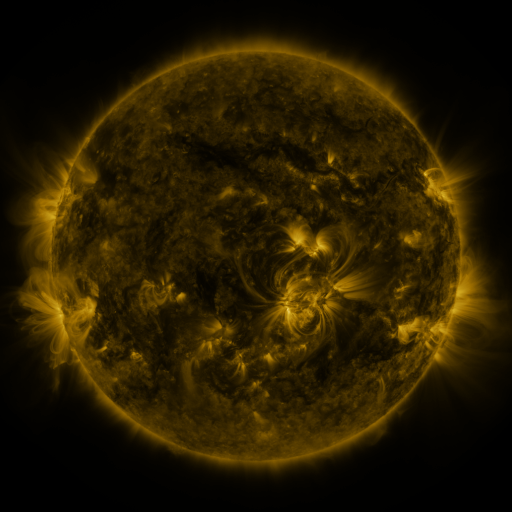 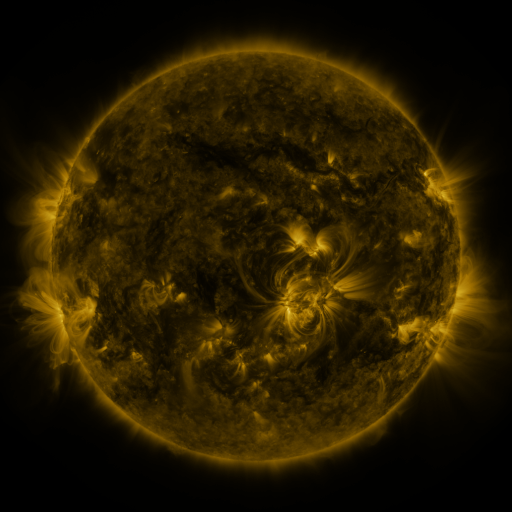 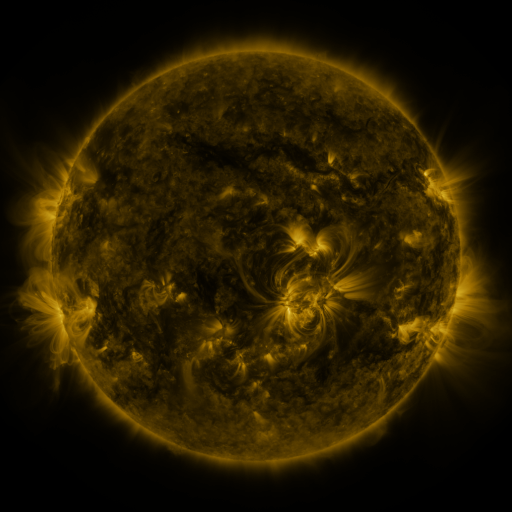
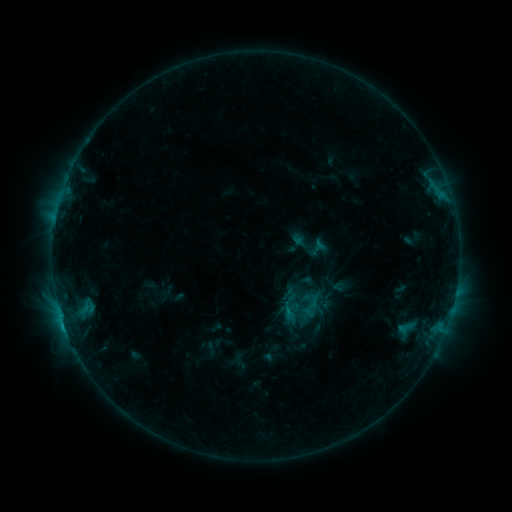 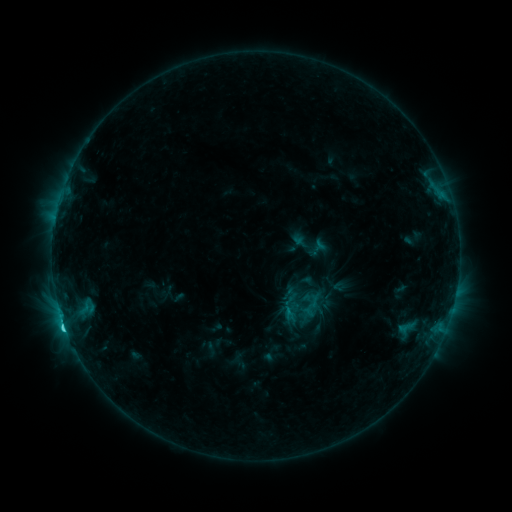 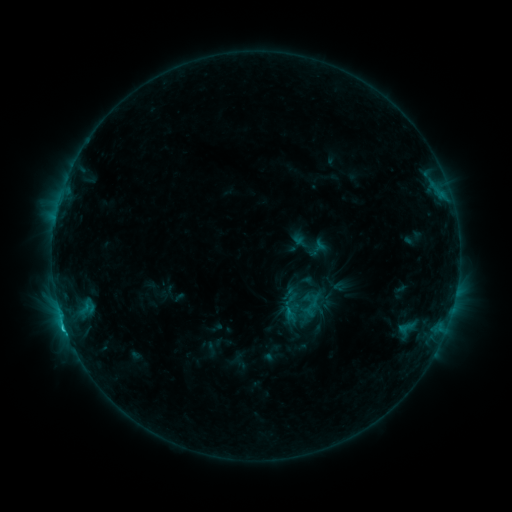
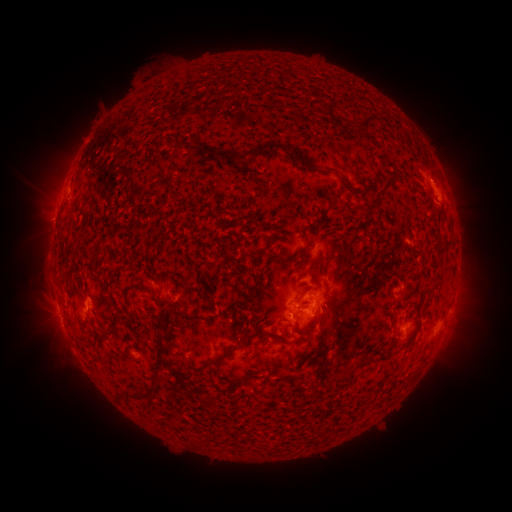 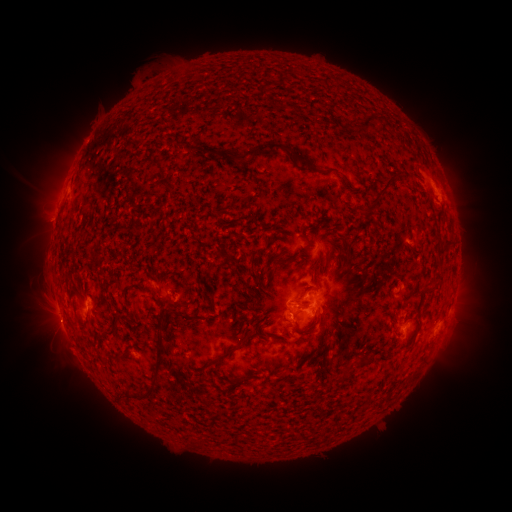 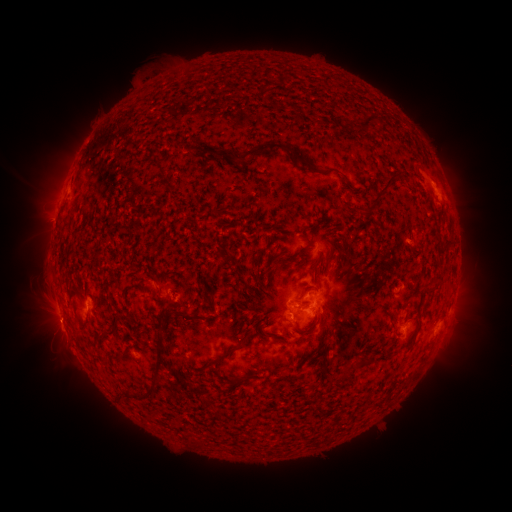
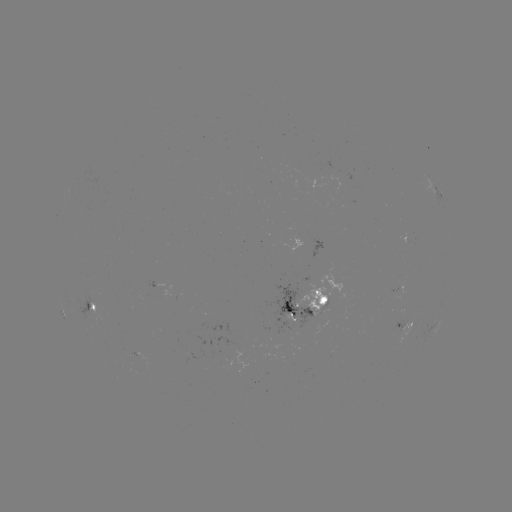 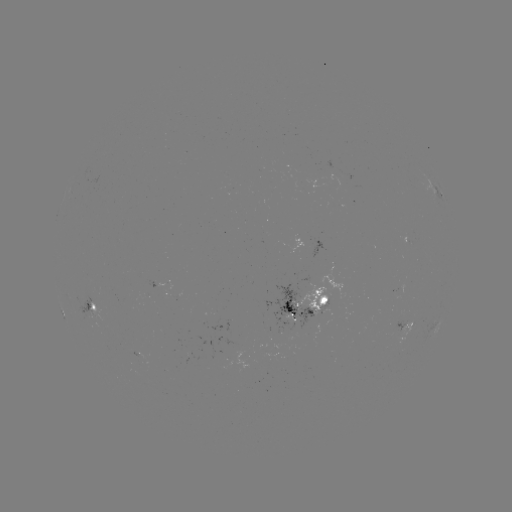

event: flare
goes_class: C2.2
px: (65, 325)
